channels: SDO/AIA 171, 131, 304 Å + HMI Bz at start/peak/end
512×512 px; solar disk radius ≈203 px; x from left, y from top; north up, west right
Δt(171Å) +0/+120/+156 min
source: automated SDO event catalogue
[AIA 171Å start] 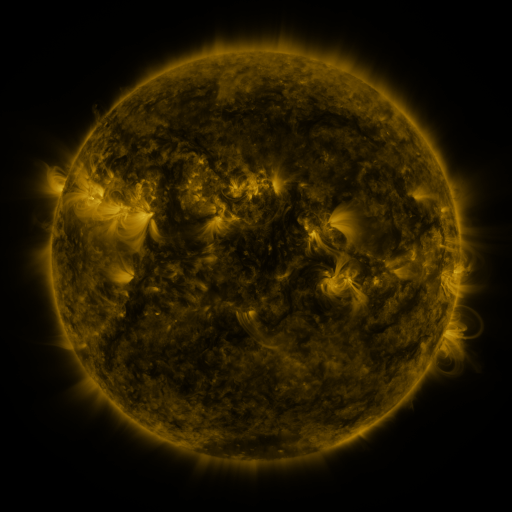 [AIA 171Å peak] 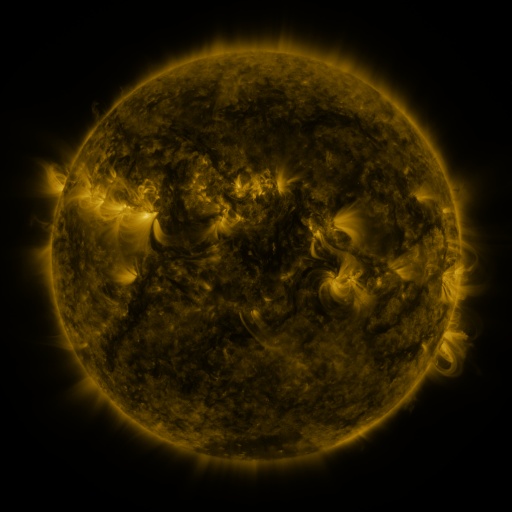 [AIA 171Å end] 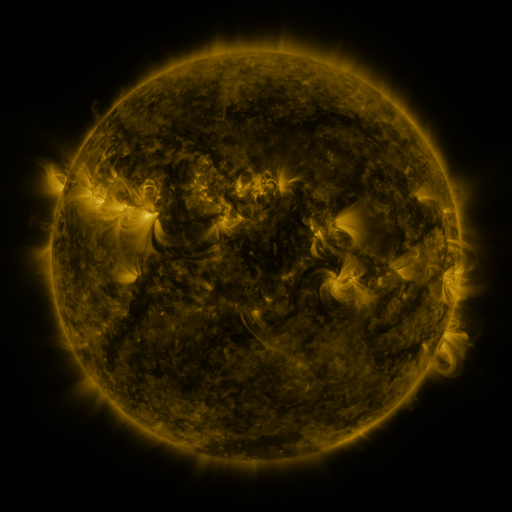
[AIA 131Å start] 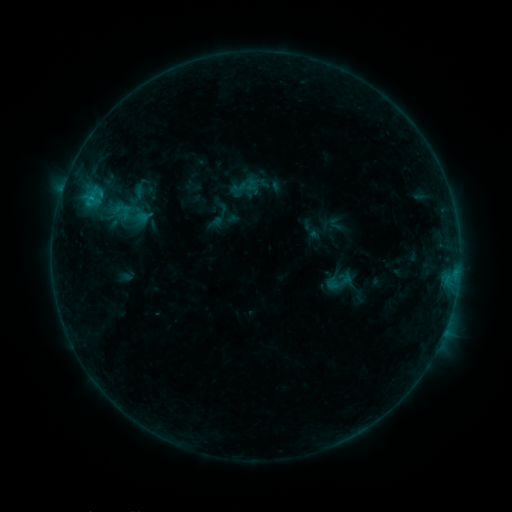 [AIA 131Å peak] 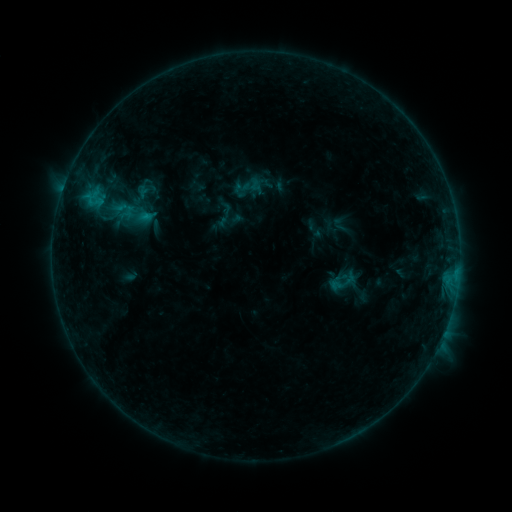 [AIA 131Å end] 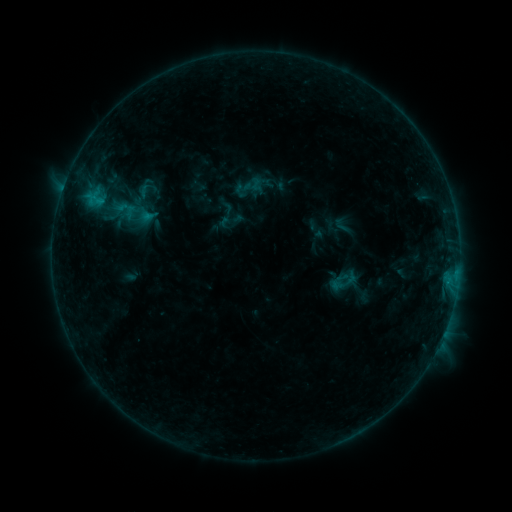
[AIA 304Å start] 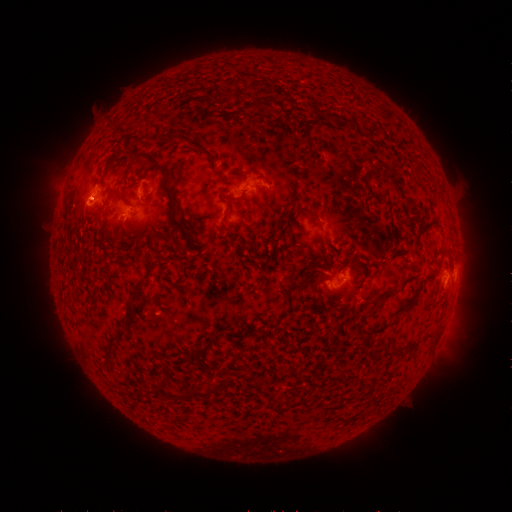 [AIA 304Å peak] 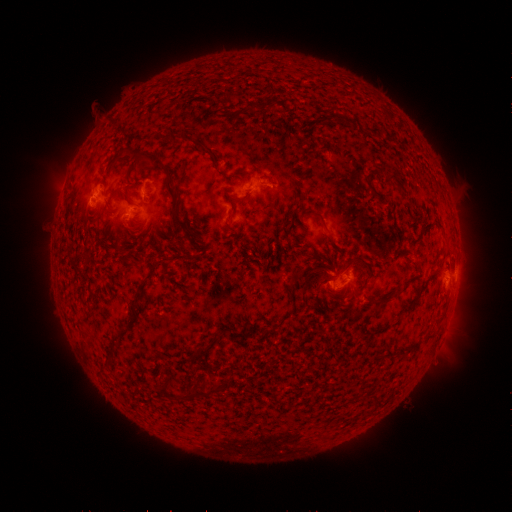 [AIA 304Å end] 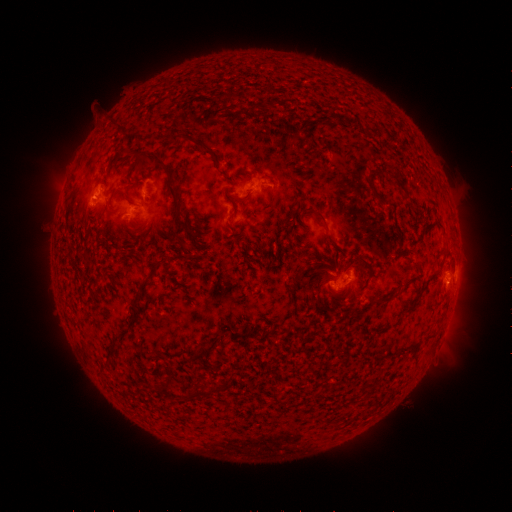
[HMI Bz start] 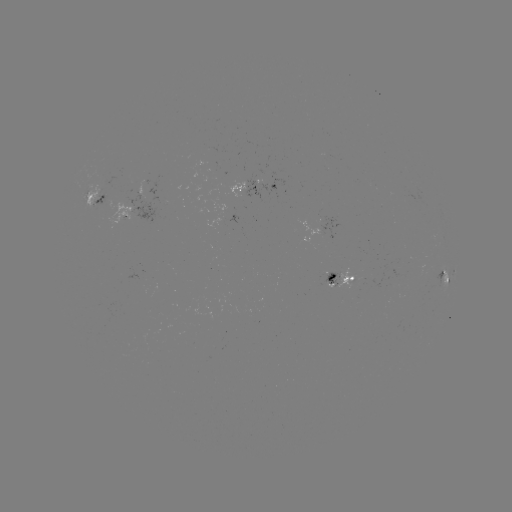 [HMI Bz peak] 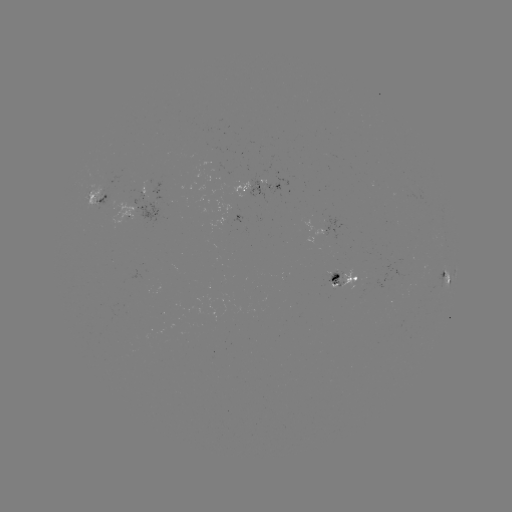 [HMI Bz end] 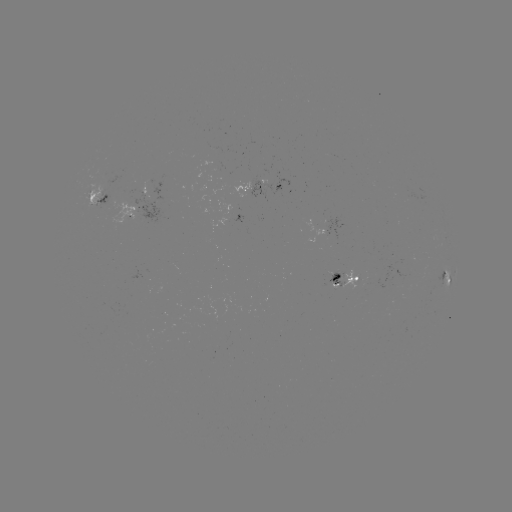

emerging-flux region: <bbox>341, 269, 356, 291</bbox>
